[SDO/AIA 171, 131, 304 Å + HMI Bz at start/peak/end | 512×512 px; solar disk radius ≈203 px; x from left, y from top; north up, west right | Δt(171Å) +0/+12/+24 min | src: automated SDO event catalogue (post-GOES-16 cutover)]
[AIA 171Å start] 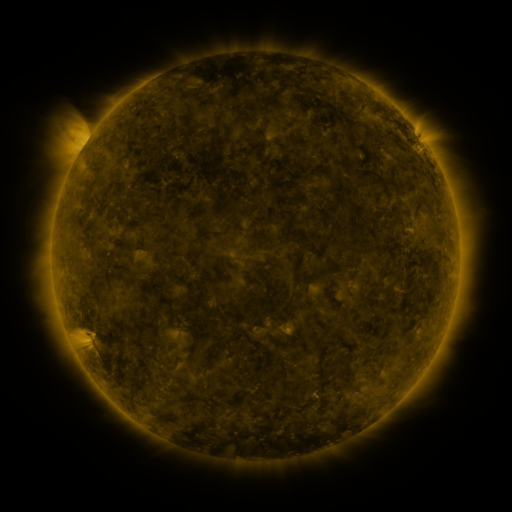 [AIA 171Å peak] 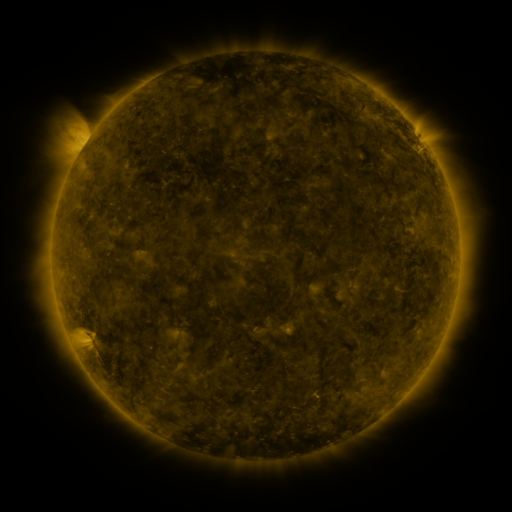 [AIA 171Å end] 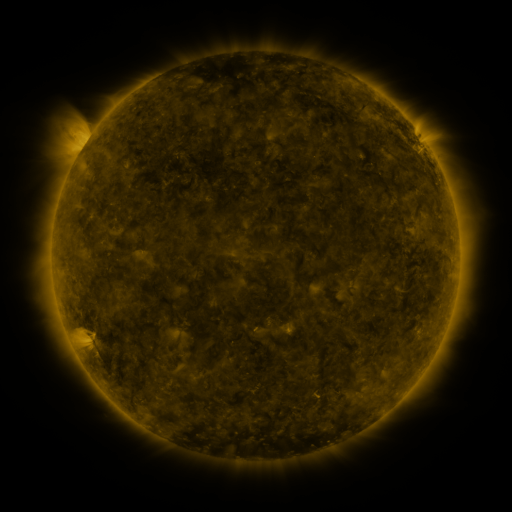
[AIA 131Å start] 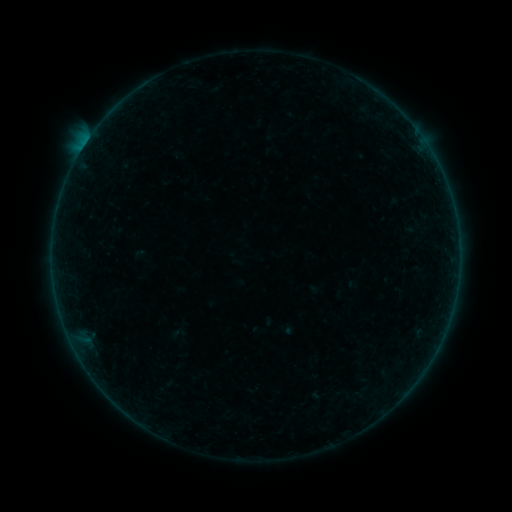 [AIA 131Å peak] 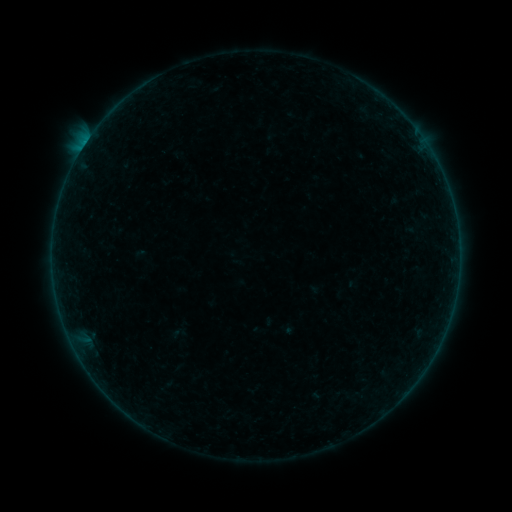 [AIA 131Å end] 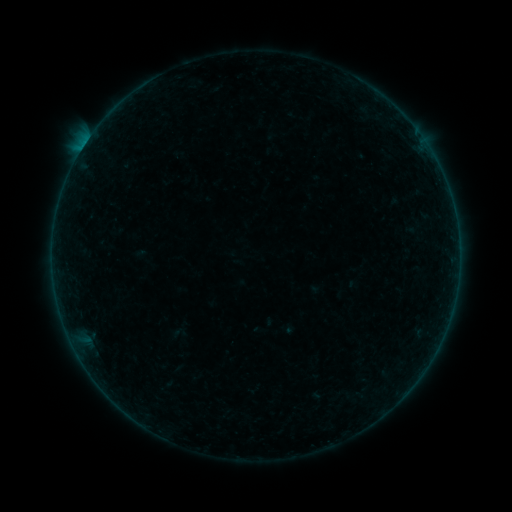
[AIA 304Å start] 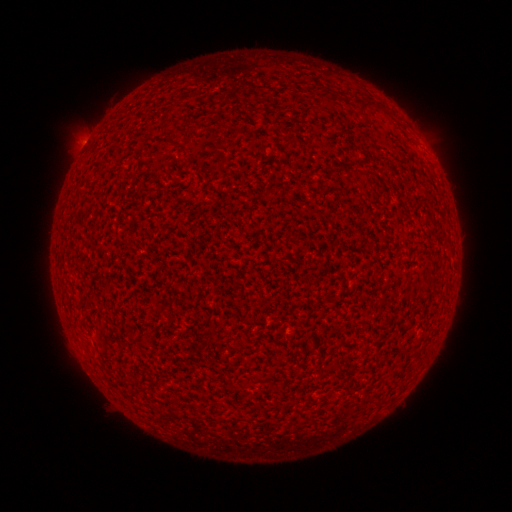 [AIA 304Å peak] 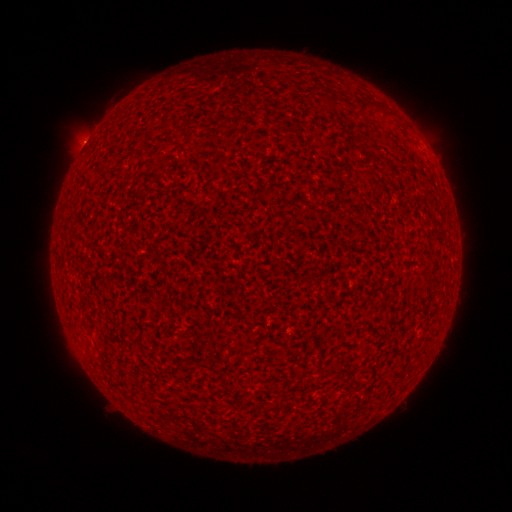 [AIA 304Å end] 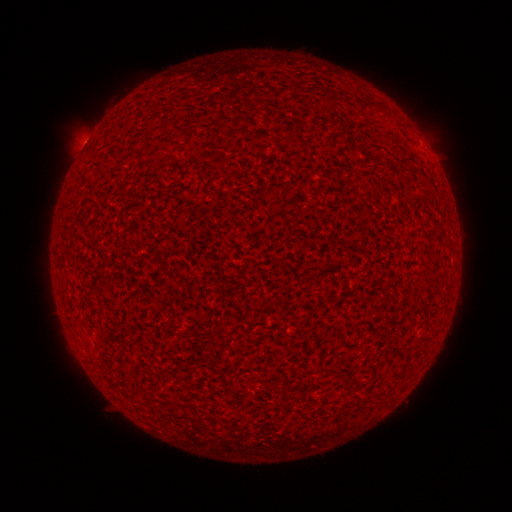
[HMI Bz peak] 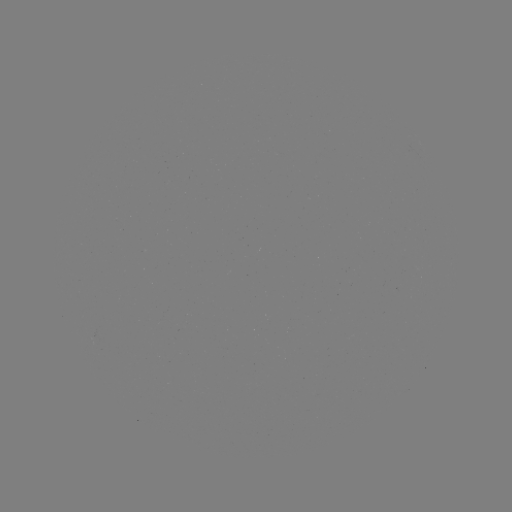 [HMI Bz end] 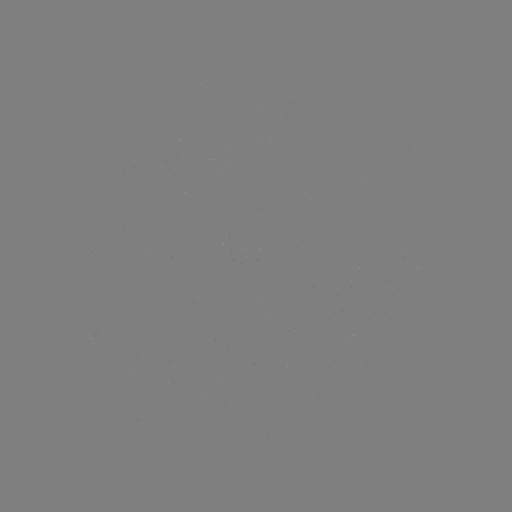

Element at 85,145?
B1.0 flare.